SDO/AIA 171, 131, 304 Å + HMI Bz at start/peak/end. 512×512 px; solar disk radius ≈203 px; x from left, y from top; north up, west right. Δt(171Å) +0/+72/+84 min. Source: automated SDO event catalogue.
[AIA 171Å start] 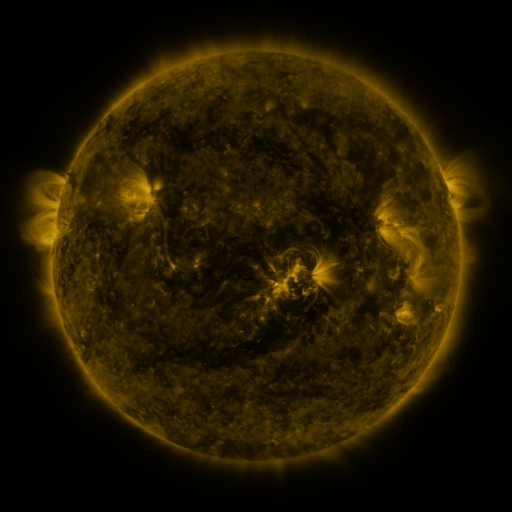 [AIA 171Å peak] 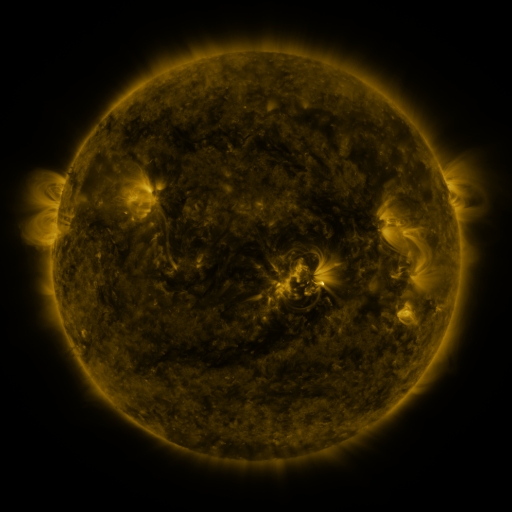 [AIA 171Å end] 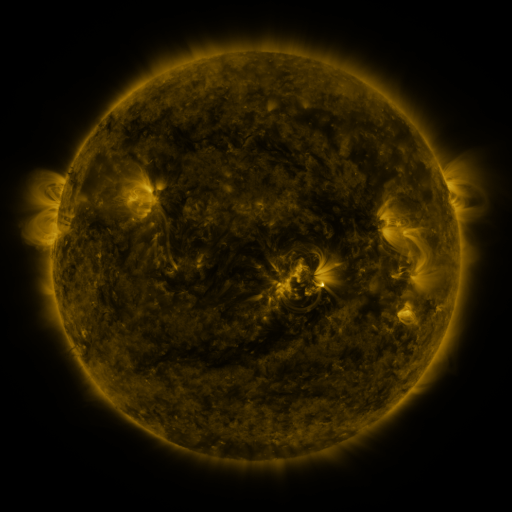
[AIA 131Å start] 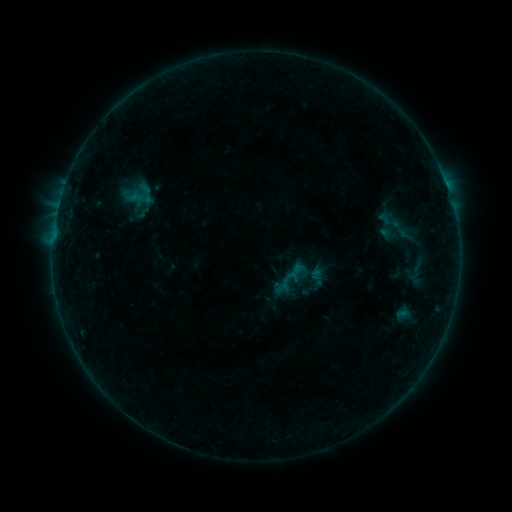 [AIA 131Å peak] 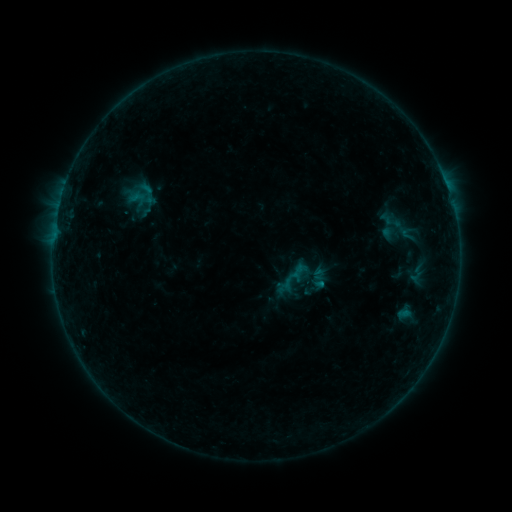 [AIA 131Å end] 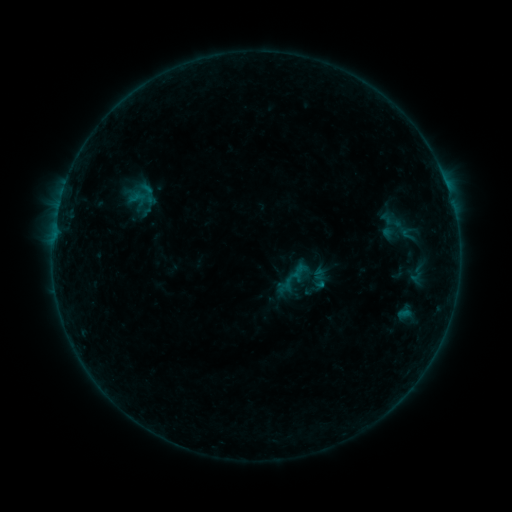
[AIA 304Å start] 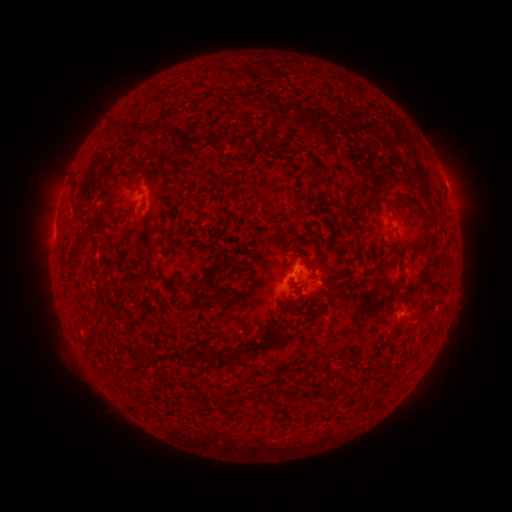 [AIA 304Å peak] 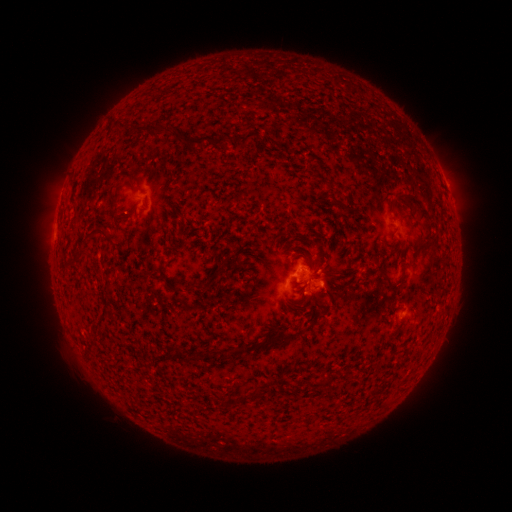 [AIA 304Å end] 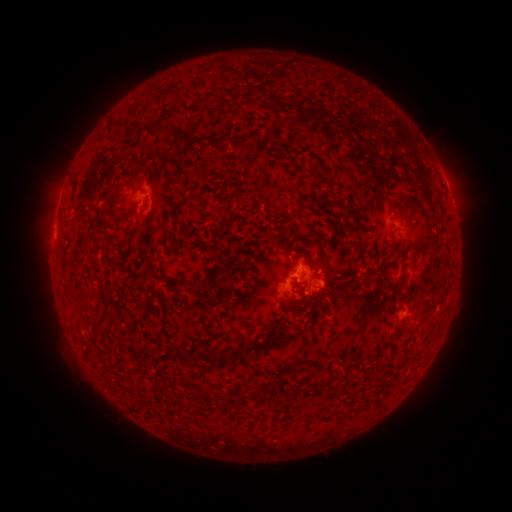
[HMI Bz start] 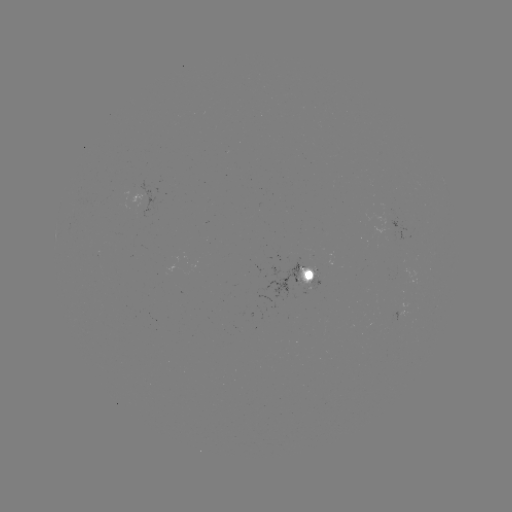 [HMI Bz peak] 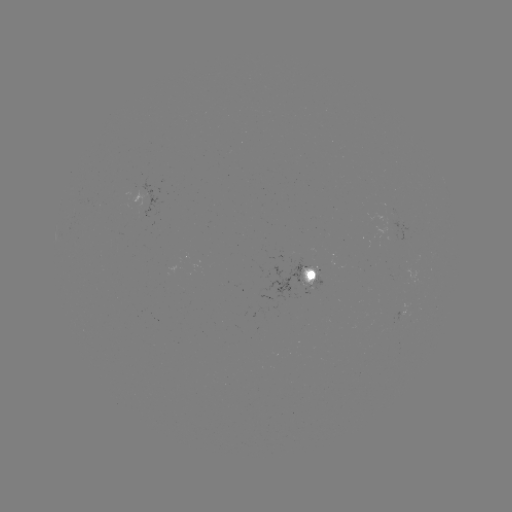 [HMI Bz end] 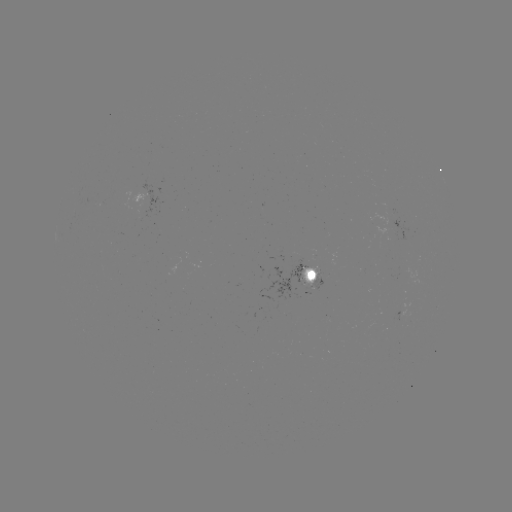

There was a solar emerging-flux region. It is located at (307, 282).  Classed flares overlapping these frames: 1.